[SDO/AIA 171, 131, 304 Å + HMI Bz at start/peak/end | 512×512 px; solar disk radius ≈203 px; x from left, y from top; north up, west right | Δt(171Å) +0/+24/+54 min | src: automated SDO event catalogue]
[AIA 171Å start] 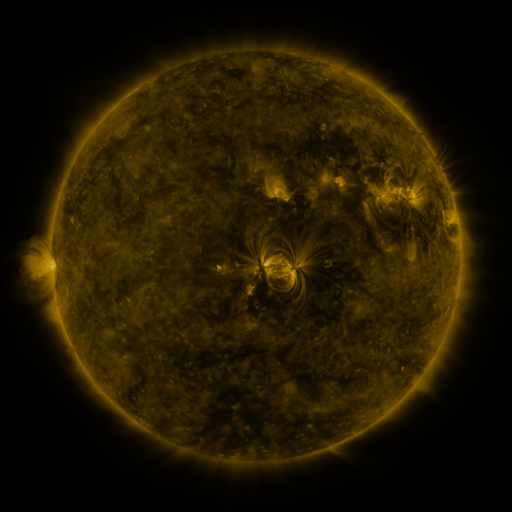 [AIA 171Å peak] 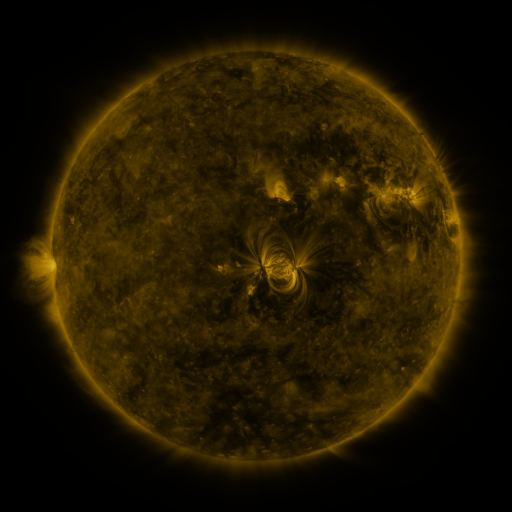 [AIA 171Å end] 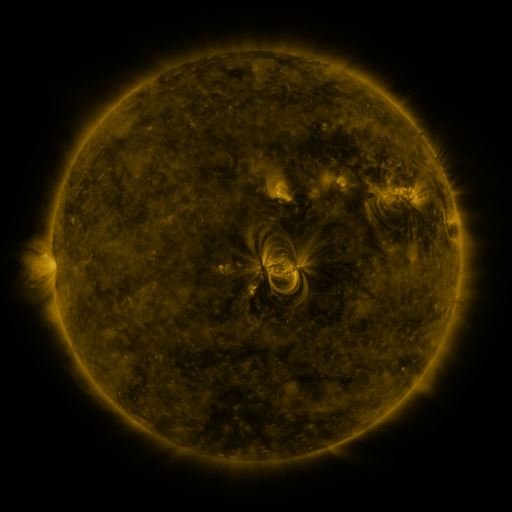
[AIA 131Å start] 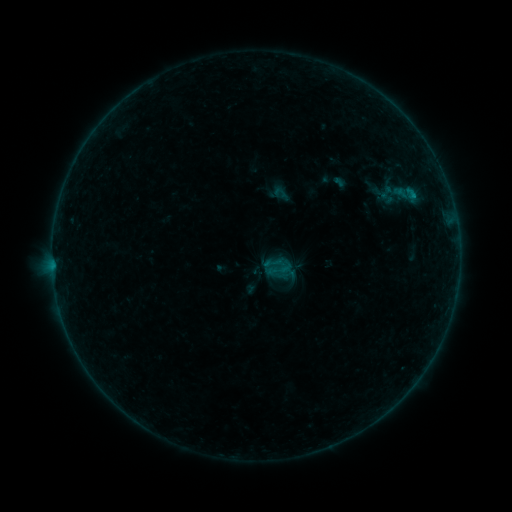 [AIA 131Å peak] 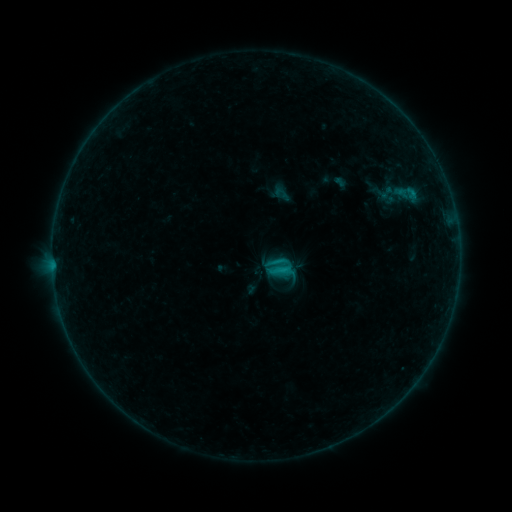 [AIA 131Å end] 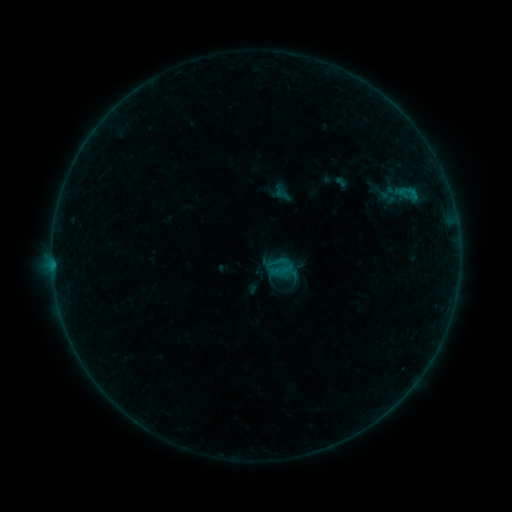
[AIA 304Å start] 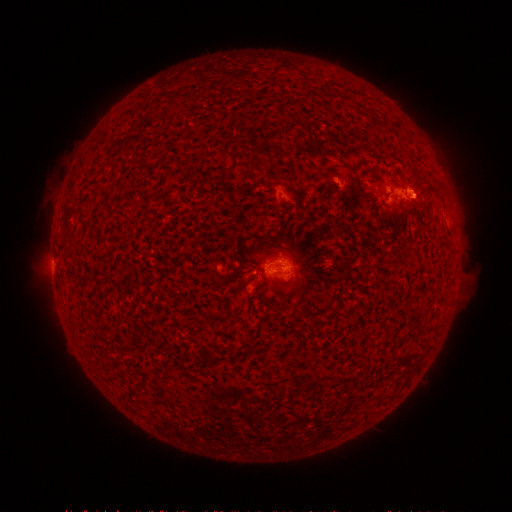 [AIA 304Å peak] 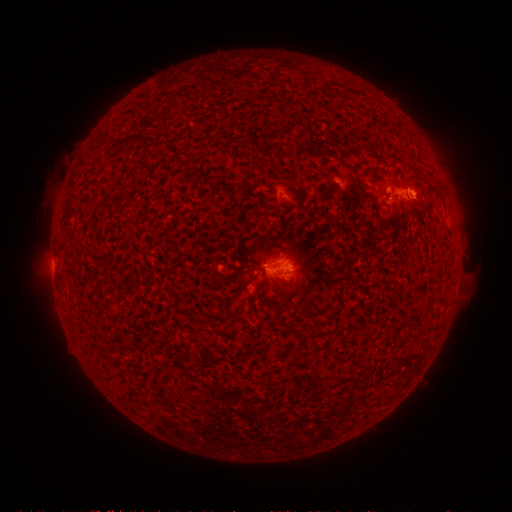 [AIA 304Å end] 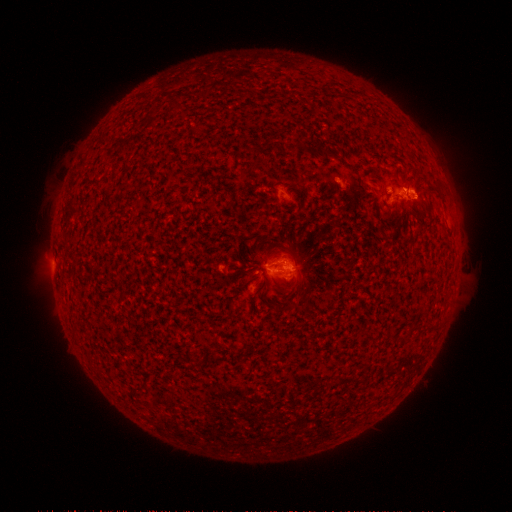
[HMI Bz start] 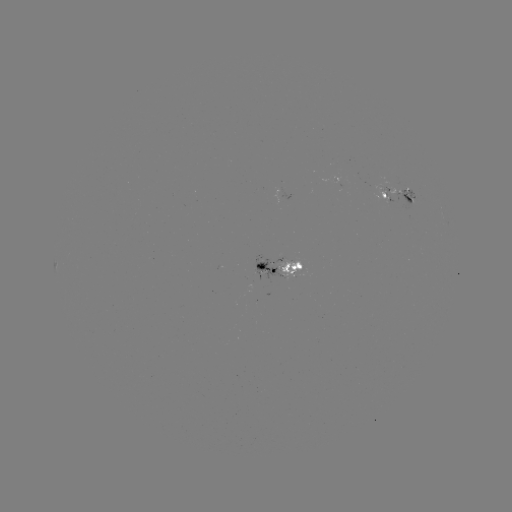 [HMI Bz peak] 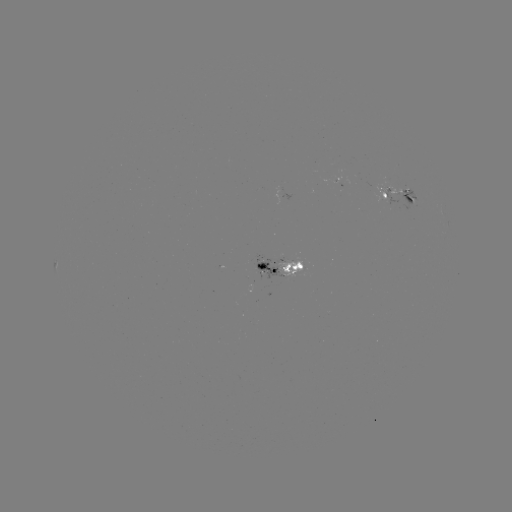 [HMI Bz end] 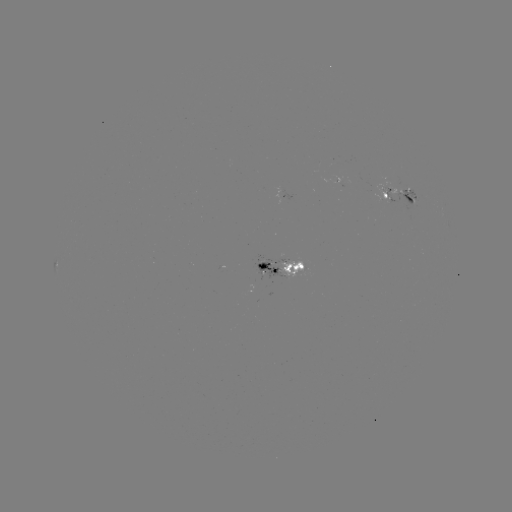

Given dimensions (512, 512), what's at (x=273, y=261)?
B8.1 flare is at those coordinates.